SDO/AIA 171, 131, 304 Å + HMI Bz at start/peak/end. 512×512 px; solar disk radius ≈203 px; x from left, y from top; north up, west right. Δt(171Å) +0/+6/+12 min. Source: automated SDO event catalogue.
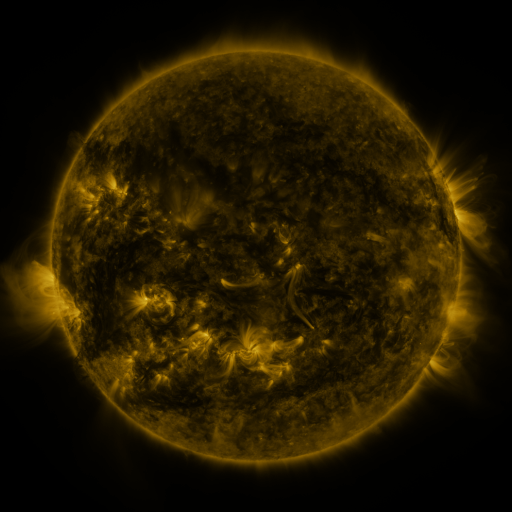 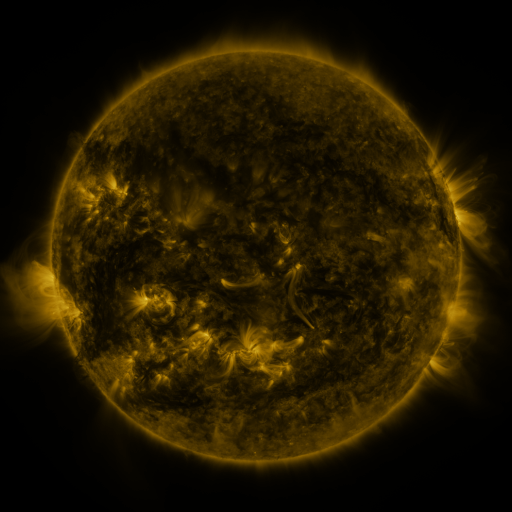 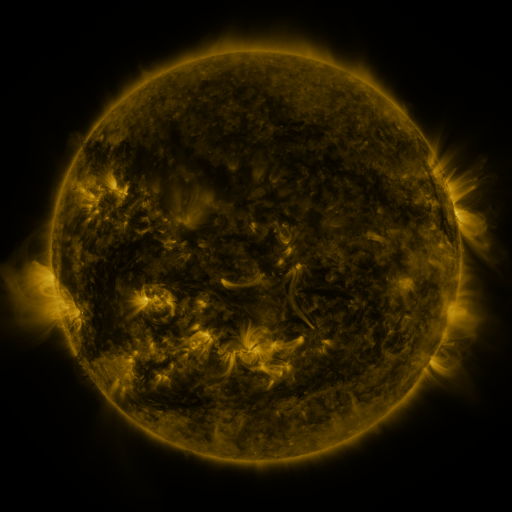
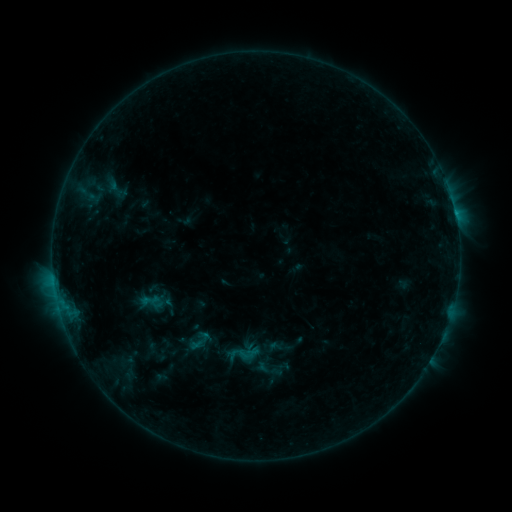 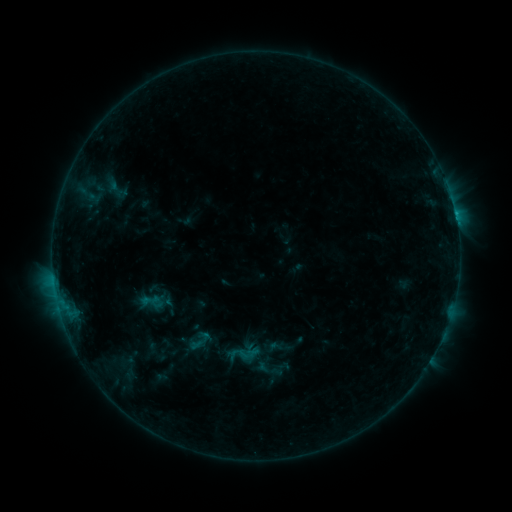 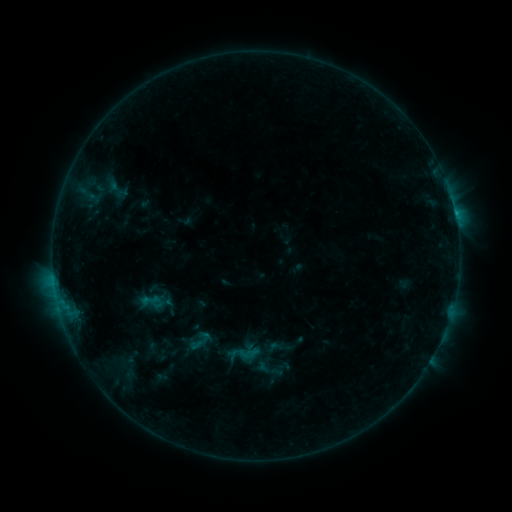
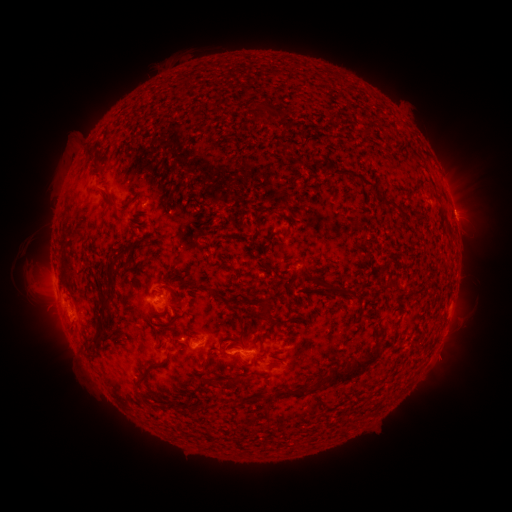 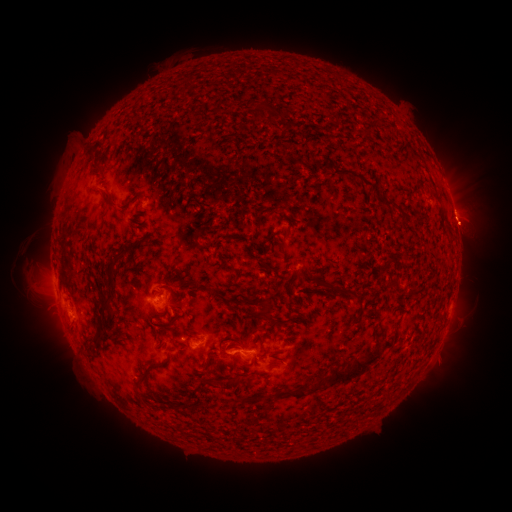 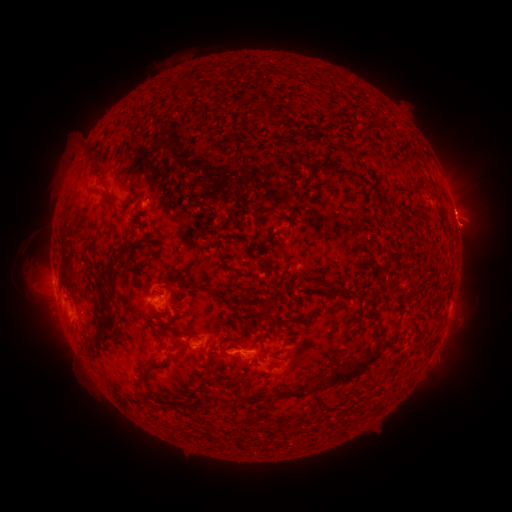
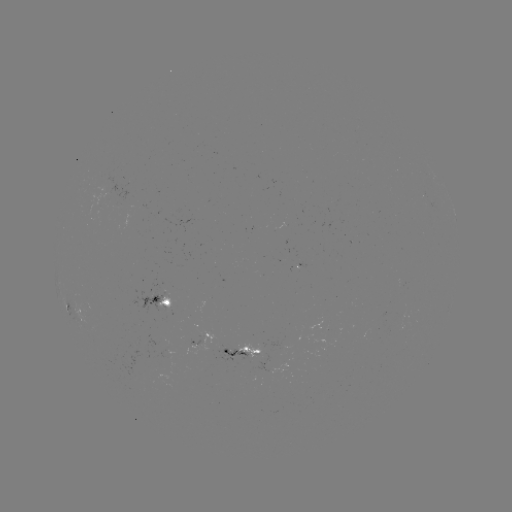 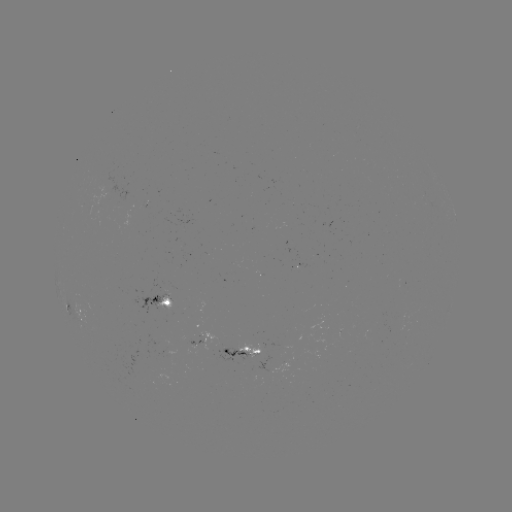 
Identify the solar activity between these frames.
eruption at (468, 217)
